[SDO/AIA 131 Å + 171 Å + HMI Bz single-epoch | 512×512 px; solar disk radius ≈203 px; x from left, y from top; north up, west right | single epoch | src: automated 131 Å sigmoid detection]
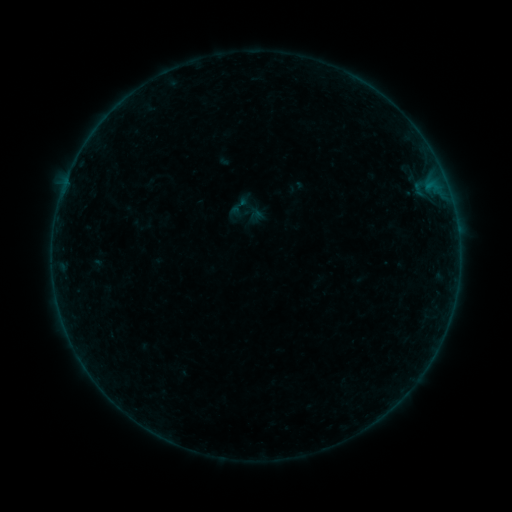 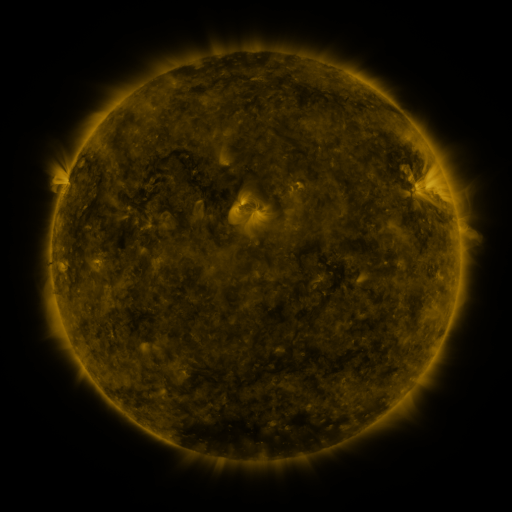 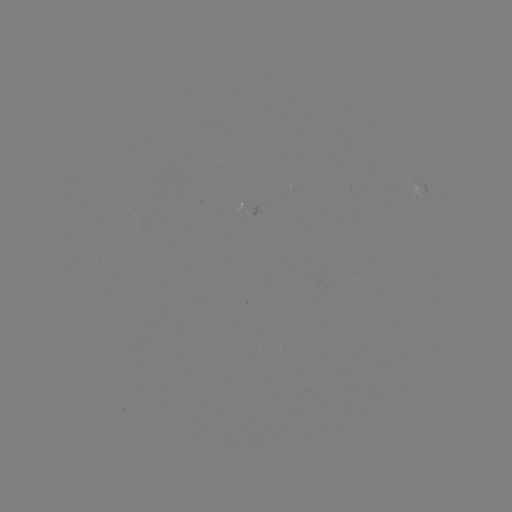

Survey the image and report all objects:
sigmoid: (237, 193, 264, 220)
sigmoid: (226, 195, 251, 219)
